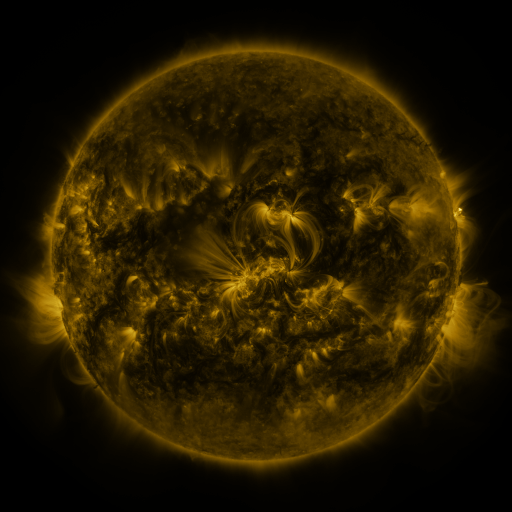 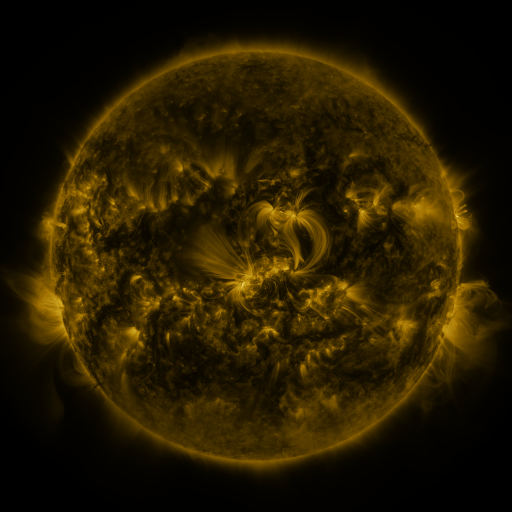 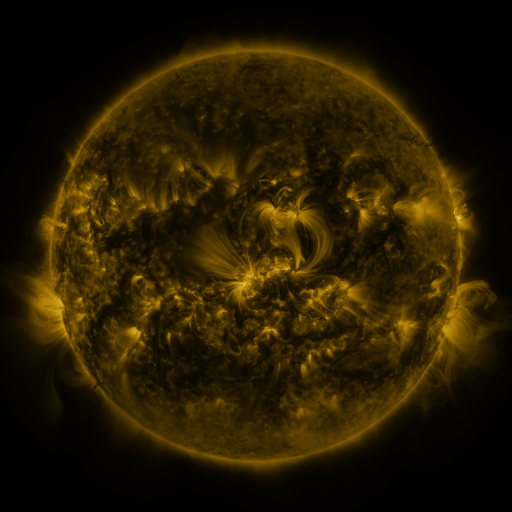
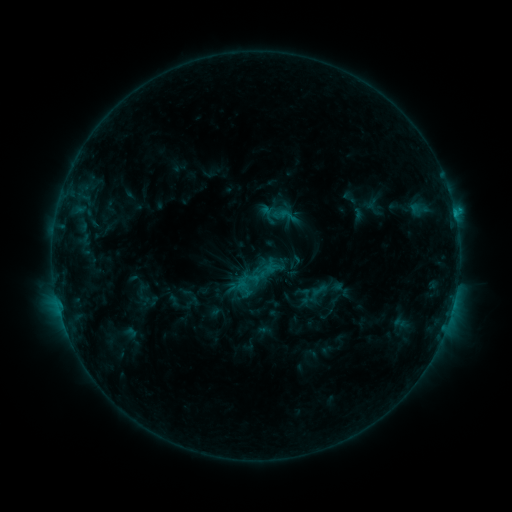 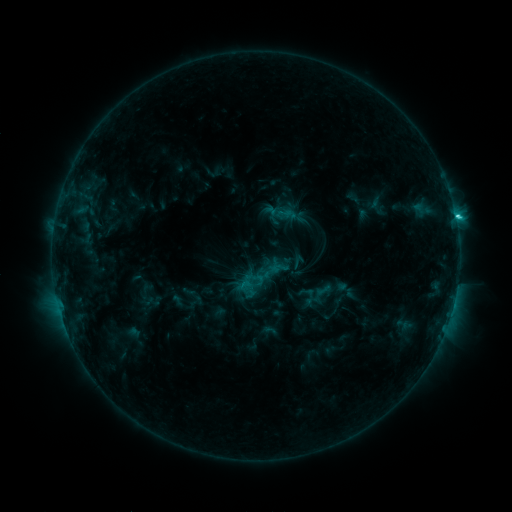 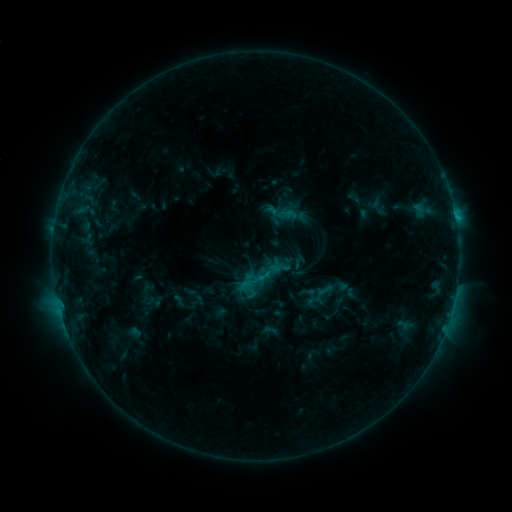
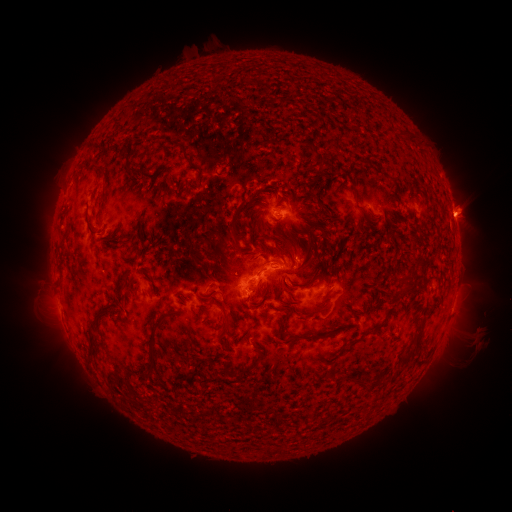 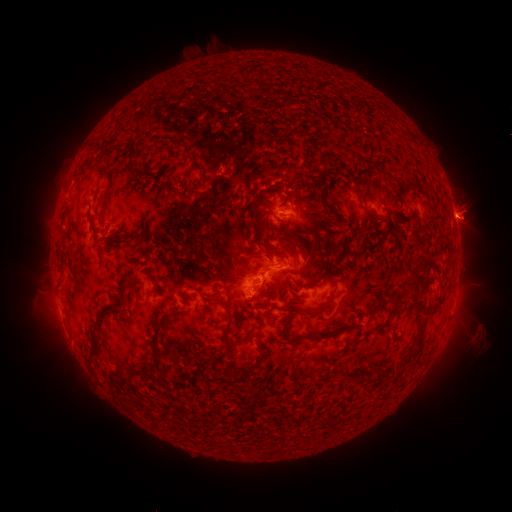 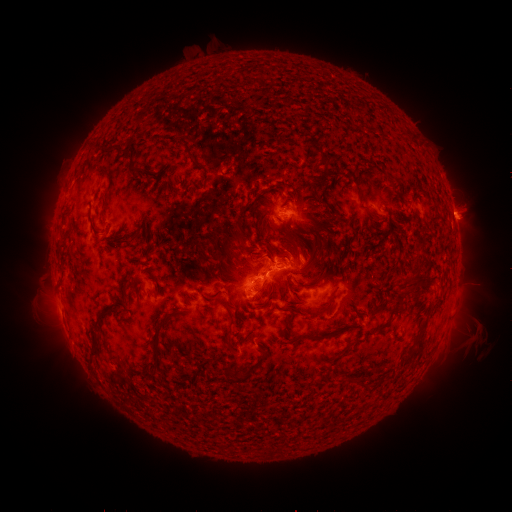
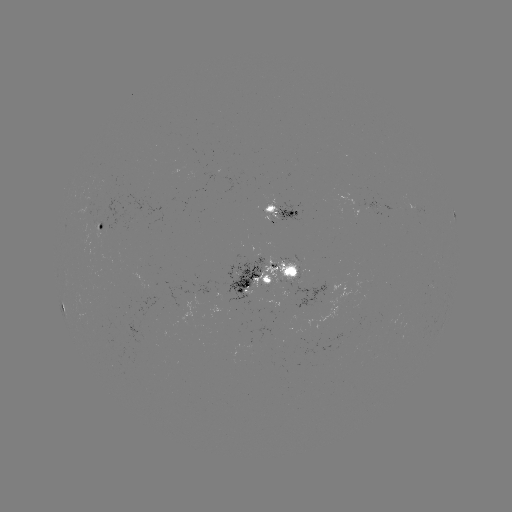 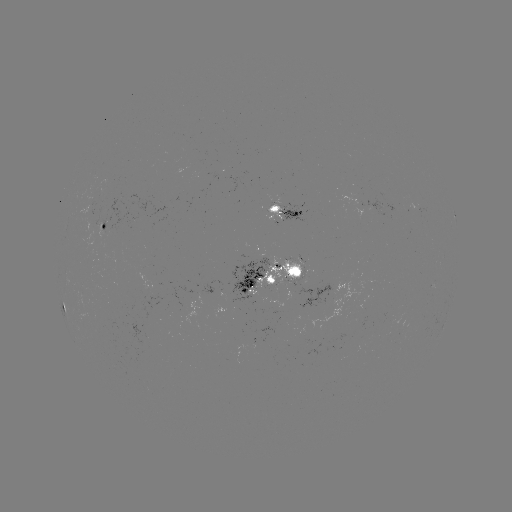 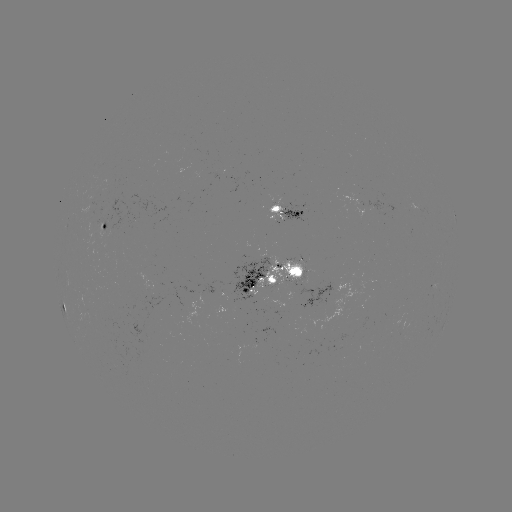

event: emerging-flux region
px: (398, 324)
